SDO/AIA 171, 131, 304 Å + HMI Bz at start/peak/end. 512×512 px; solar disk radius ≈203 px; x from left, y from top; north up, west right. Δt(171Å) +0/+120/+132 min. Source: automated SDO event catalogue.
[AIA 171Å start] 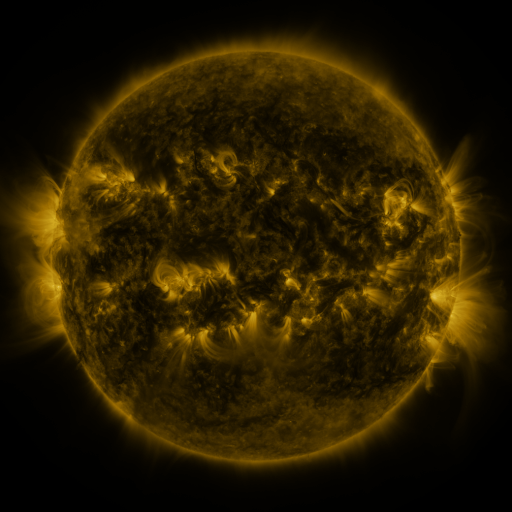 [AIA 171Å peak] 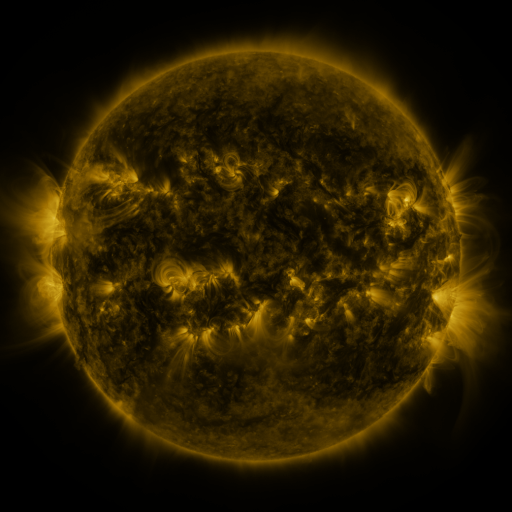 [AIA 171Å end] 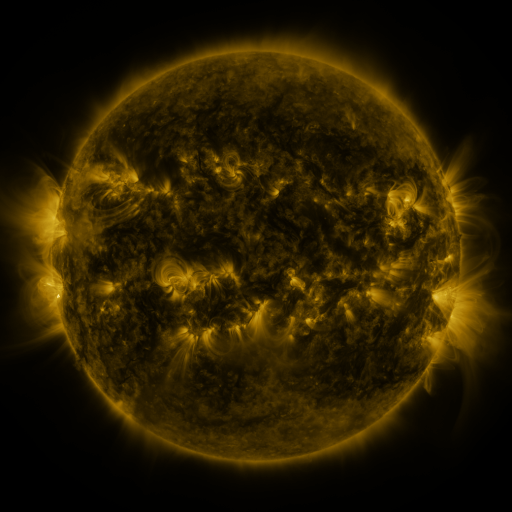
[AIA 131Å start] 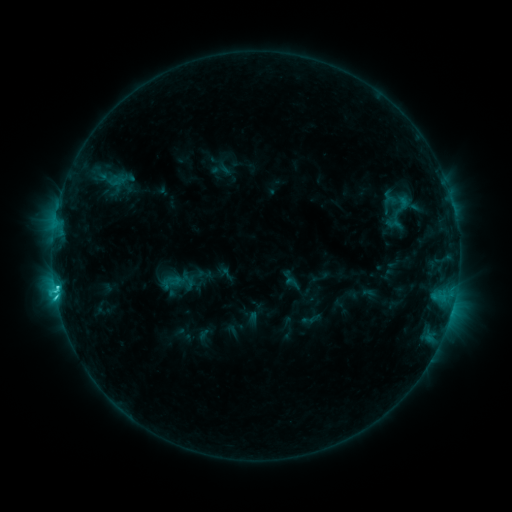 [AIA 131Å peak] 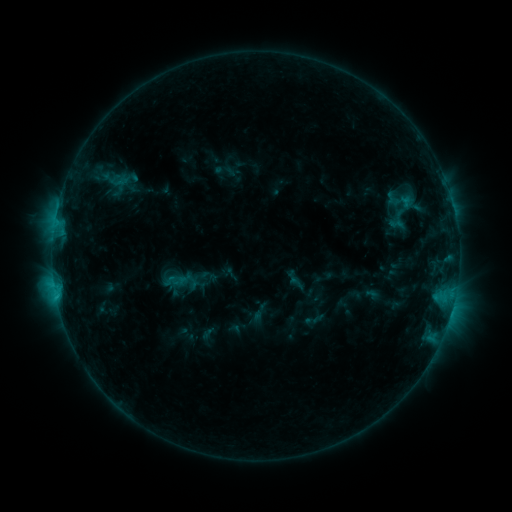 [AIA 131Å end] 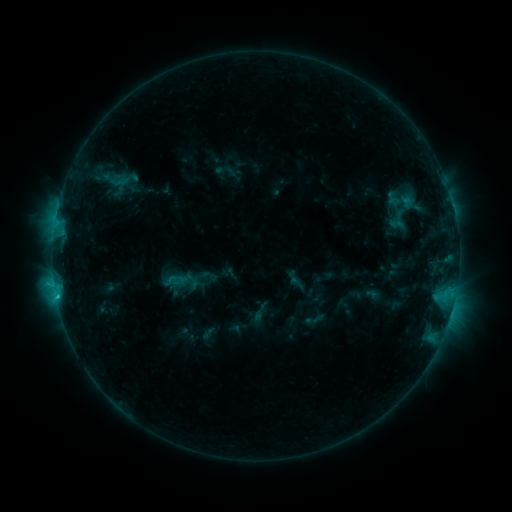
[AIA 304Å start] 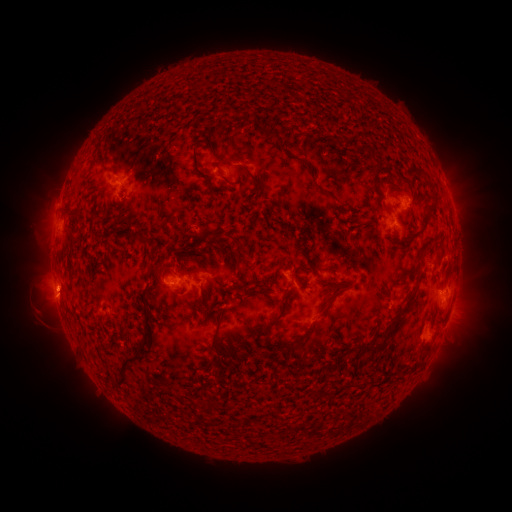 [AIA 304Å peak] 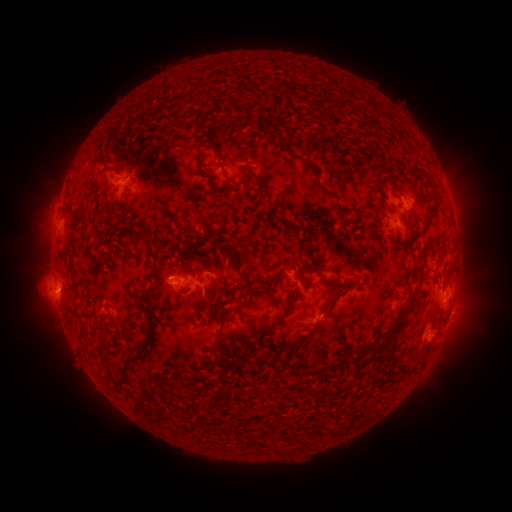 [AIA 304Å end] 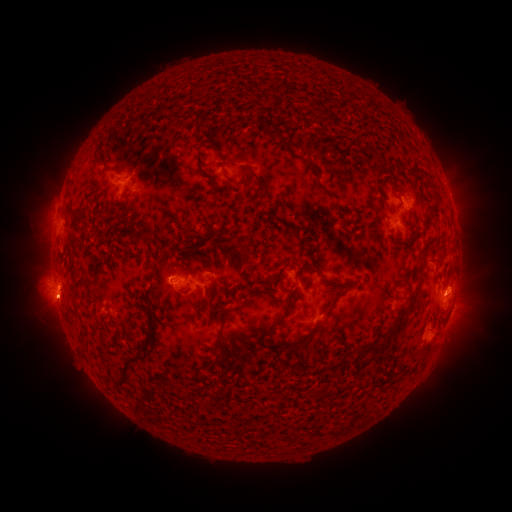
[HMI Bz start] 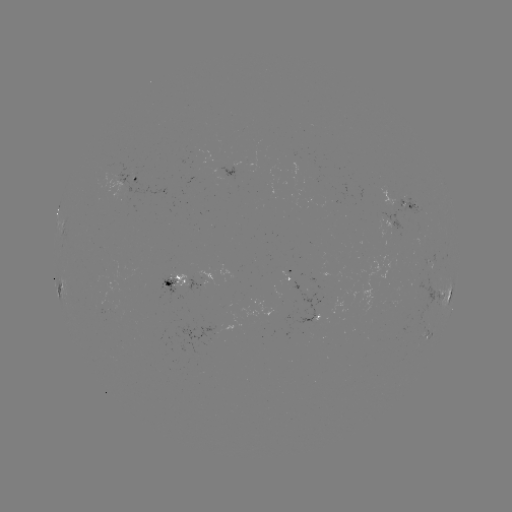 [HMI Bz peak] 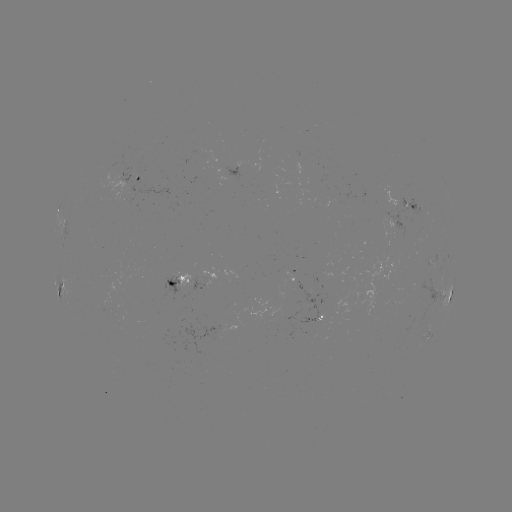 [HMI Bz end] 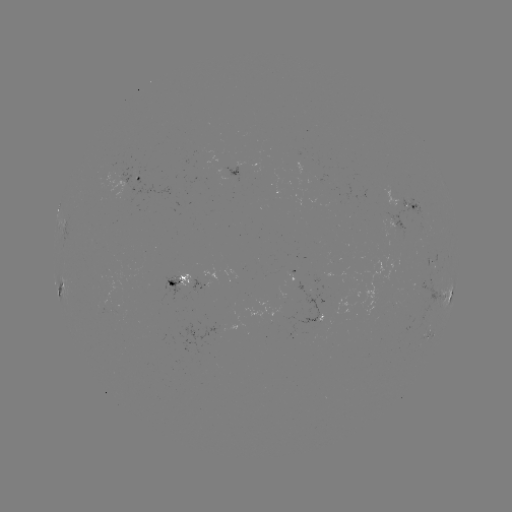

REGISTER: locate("emerging-flux region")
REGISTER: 169,285